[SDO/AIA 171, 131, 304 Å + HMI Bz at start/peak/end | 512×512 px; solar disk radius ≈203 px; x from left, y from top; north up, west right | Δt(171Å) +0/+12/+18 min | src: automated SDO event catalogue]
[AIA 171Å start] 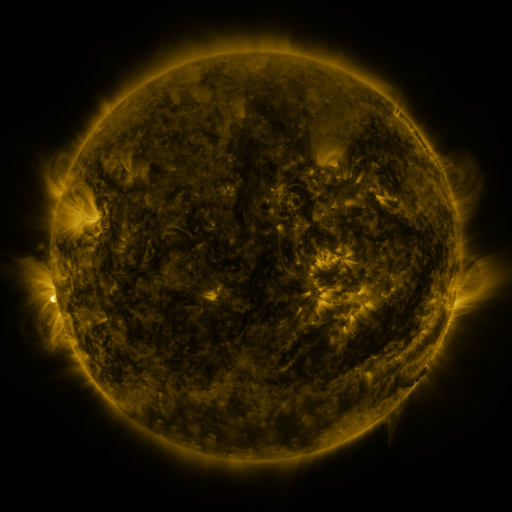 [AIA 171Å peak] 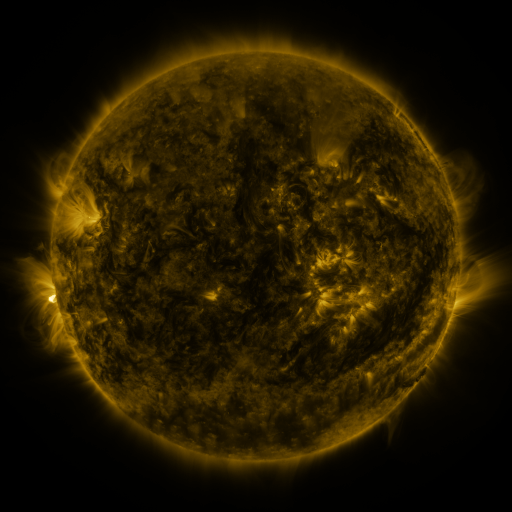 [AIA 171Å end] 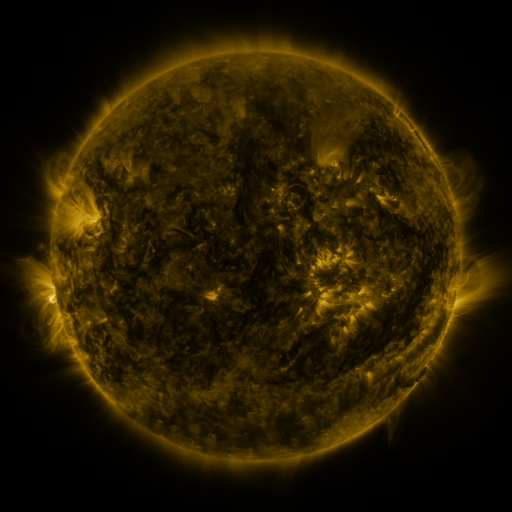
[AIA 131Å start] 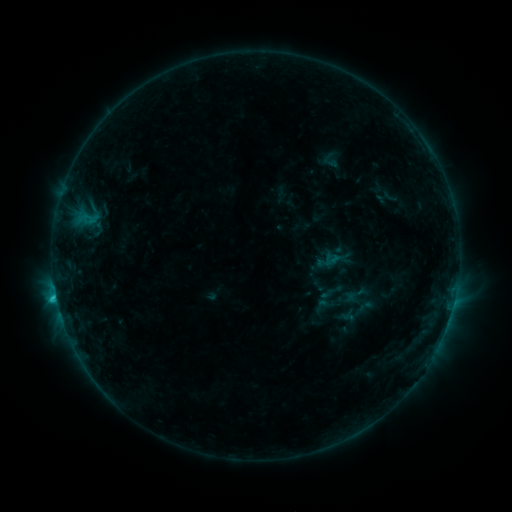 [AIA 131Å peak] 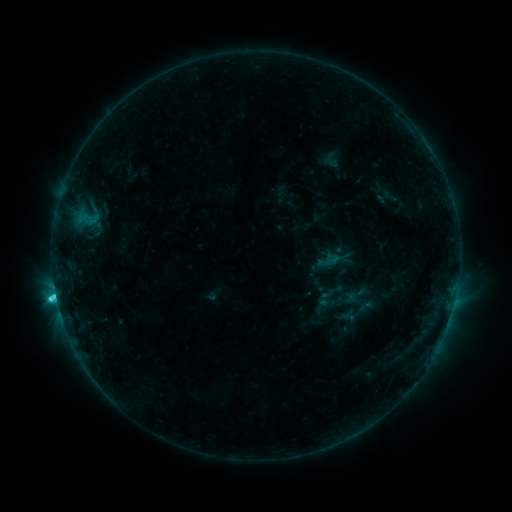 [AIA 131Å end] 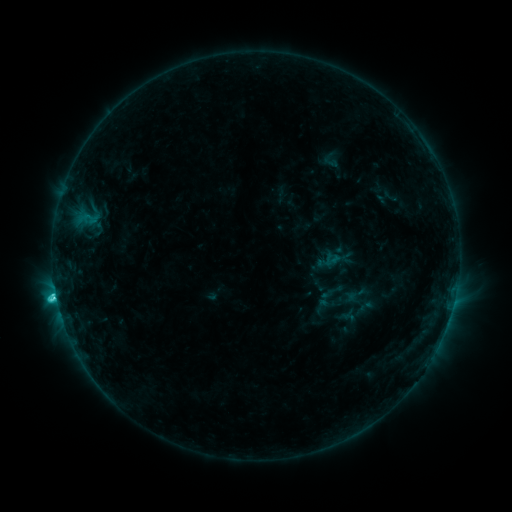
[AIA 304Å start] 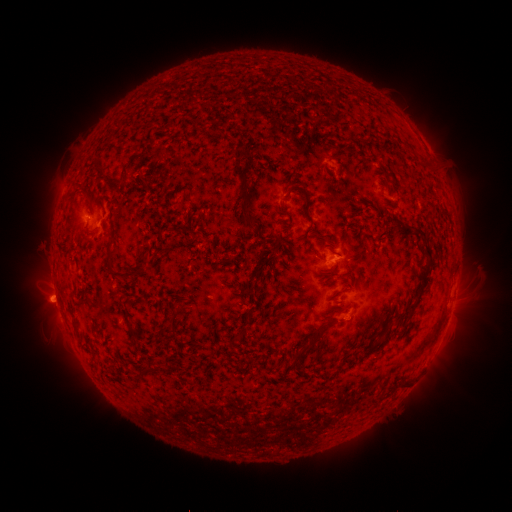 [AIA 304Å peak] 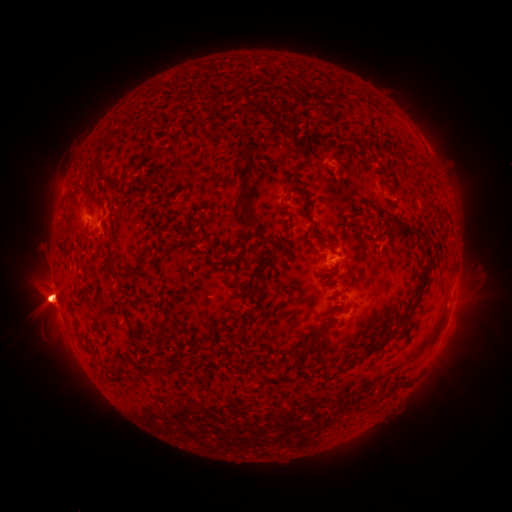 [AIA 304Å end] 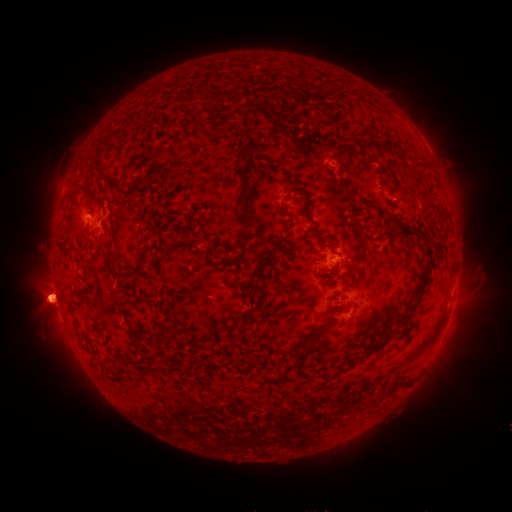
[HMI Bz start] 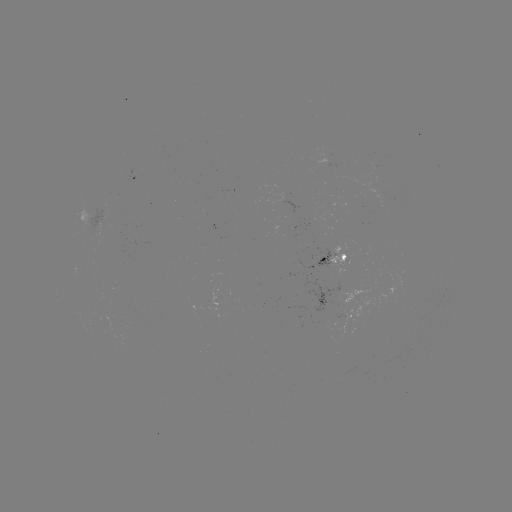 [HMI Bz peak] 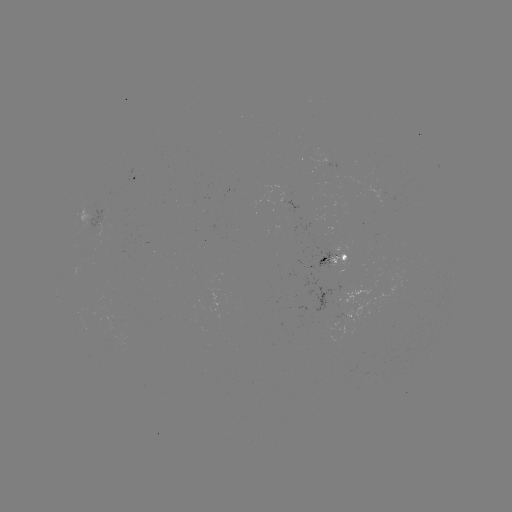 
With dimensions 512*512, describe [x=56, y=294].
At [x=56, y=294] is C9.9 flare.